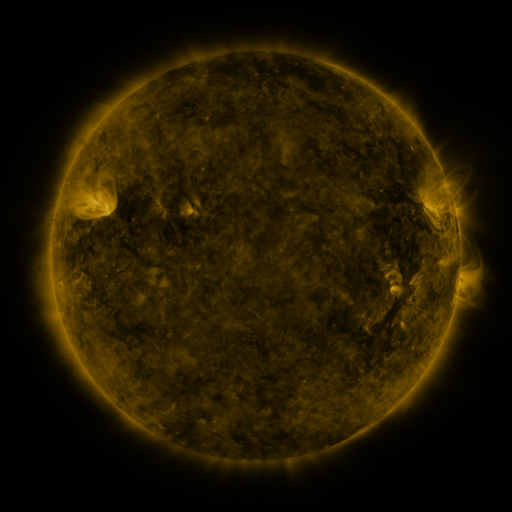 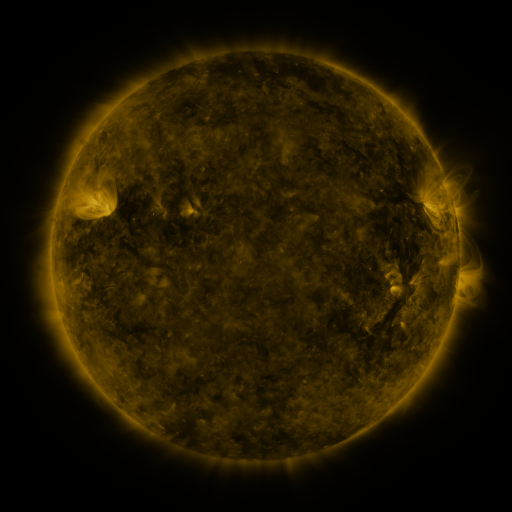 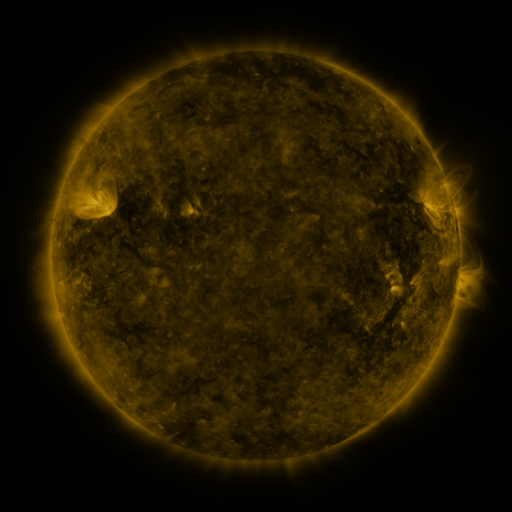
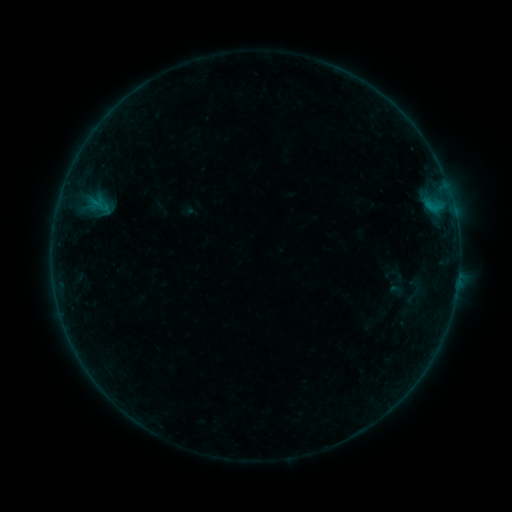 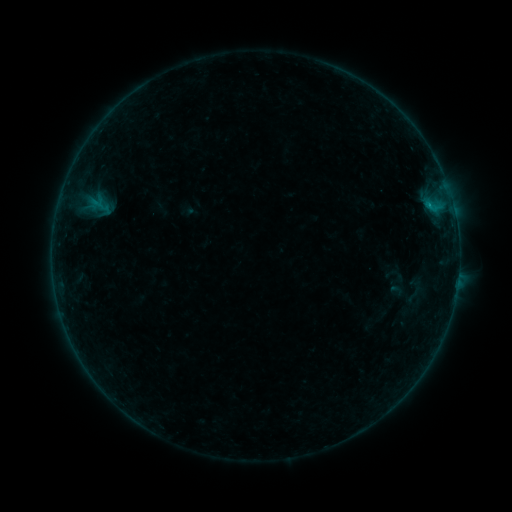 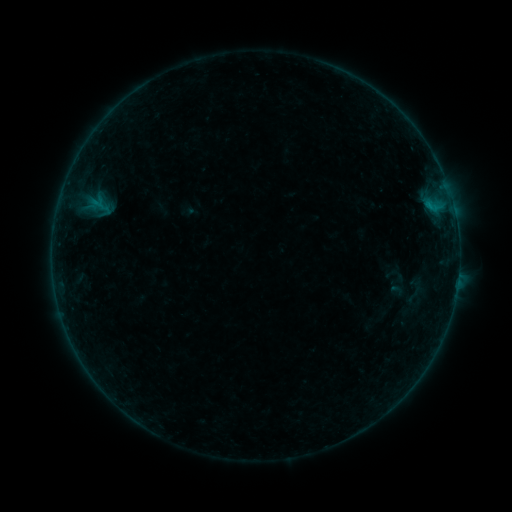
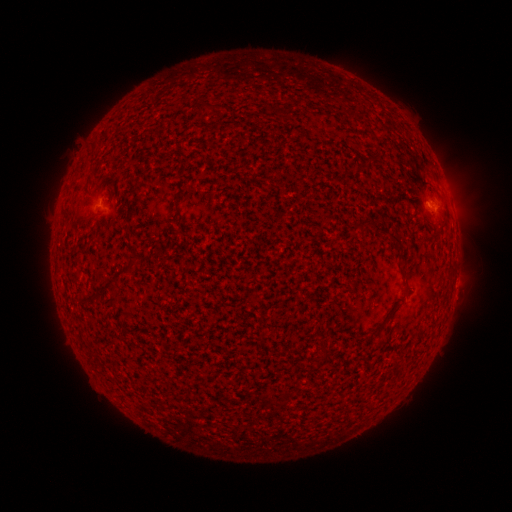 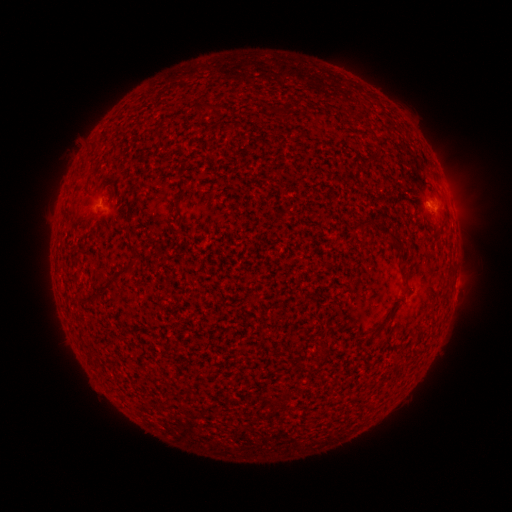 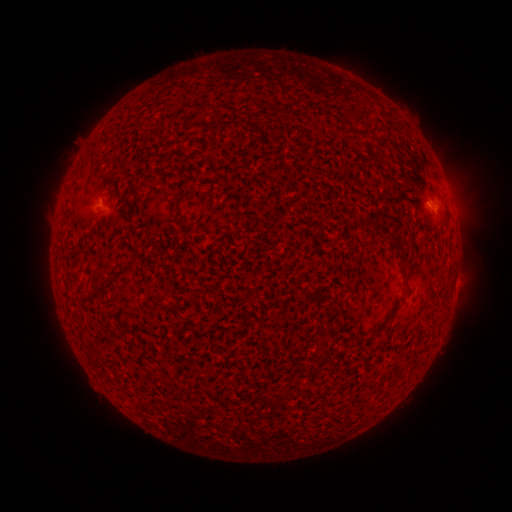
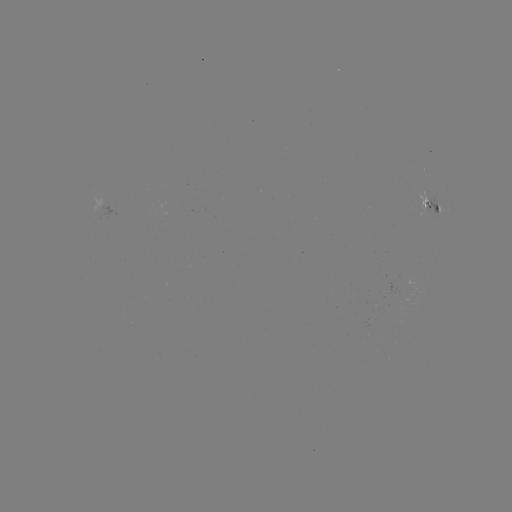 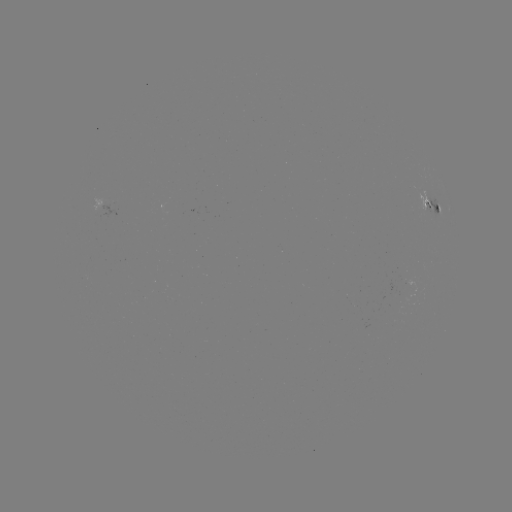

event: flare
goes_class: B1.6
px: (427, 208)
